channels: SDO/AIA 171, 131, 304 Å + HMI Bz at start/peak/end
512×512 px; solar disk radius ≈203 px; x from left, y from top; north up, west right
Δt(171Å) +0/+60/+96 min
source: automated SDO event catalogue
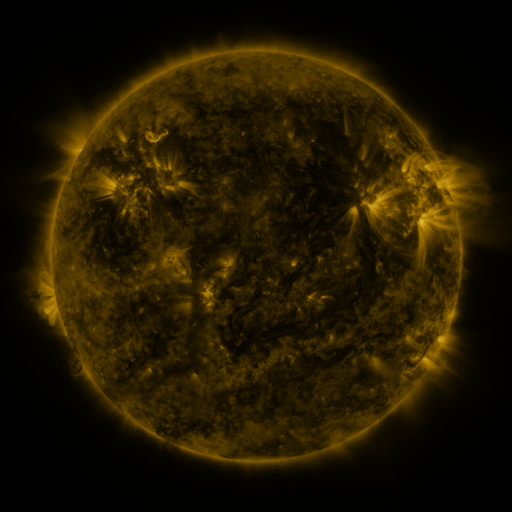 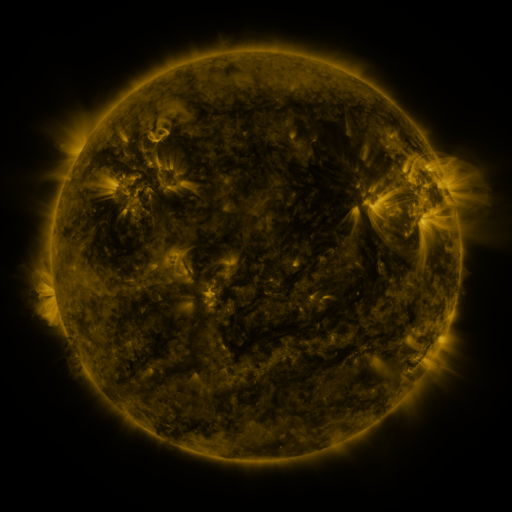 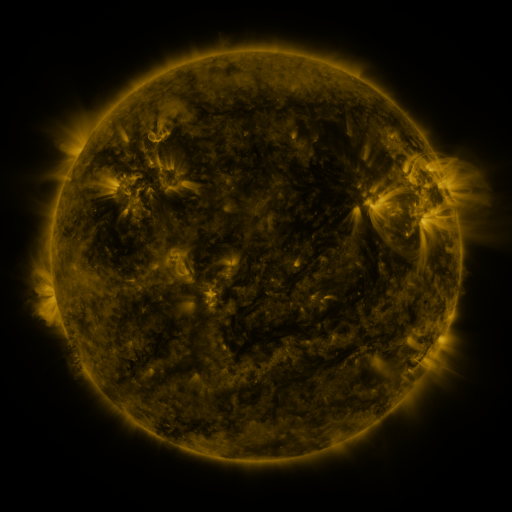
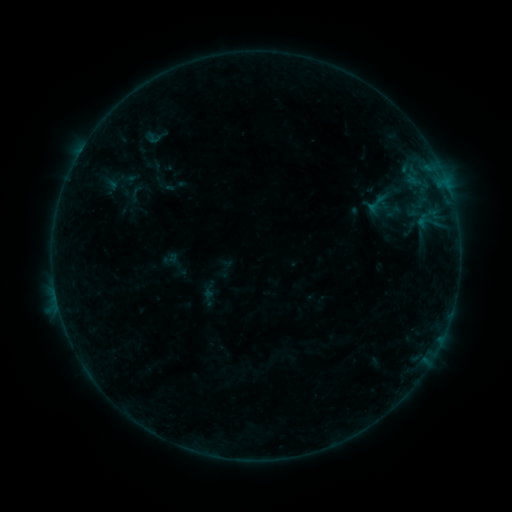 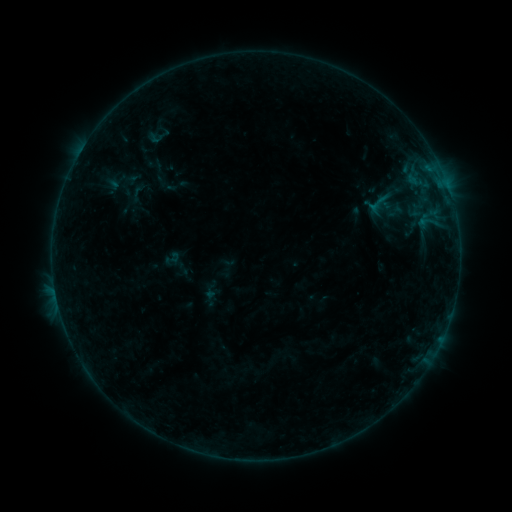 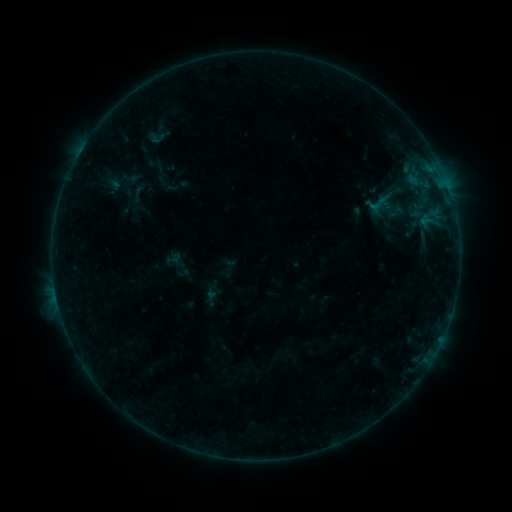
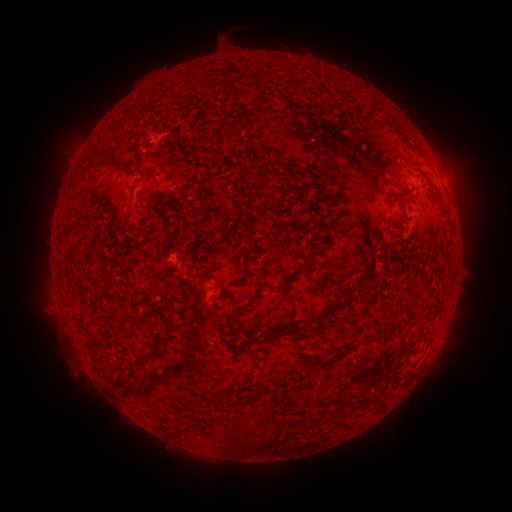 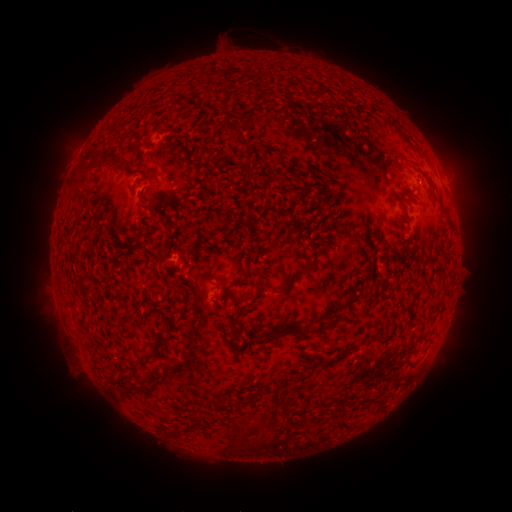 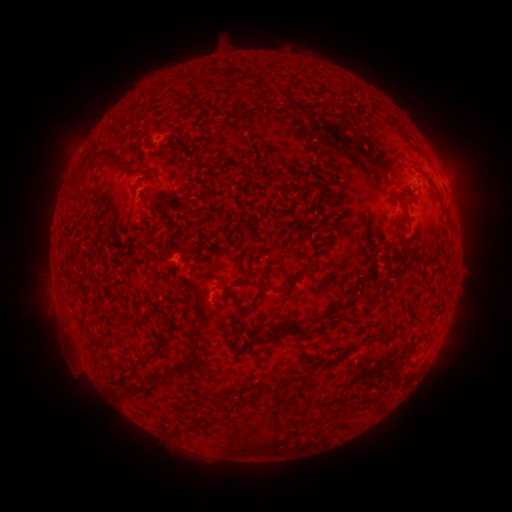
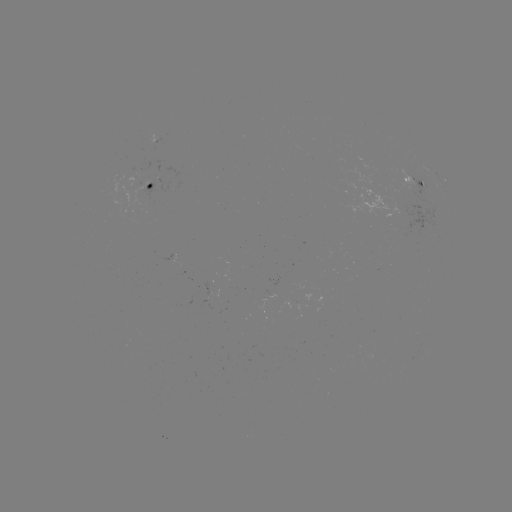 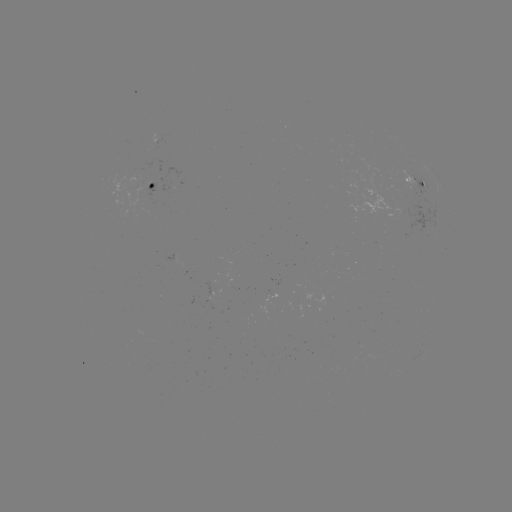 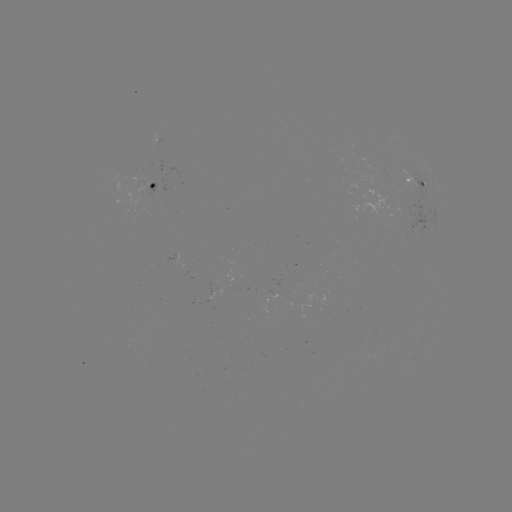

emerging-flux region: [394, 167, 420, 193]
